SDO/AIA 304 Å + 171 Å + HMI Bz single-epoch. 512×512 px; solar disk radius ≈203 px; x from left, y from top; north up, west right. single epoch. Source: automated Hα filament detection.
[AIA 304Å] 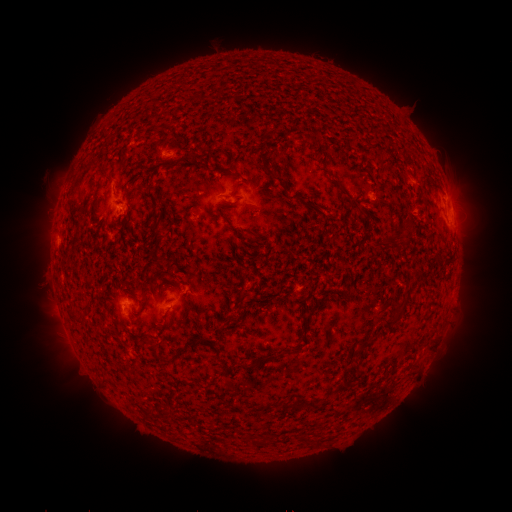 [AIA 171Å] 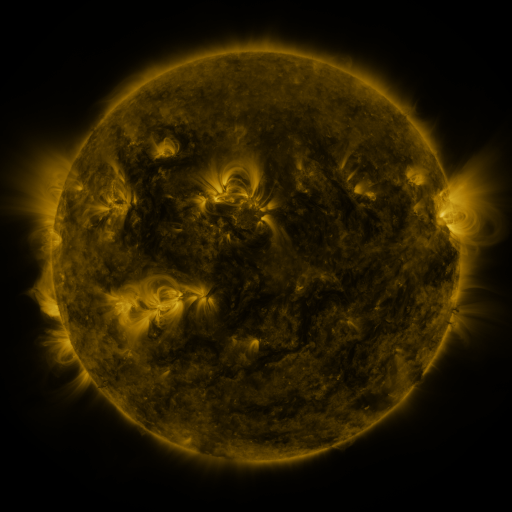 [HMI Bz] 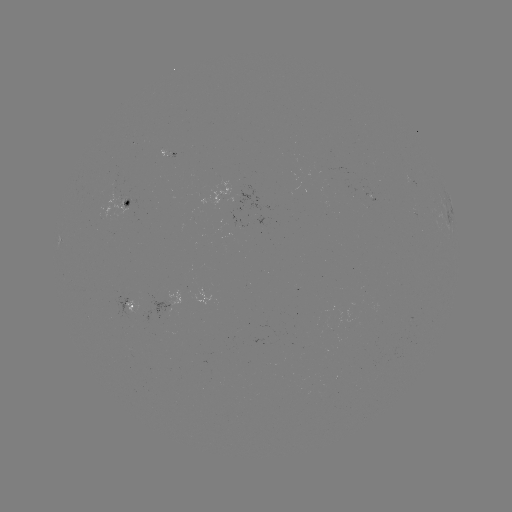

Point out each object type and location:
filament: (170, 159, 181, 167)
filament: (105, 174, 114, 182)
filament: (273, 176, 287, 187)
filament: (332, 180, 344, 190)
filament: (306, 204, 320, 213)
filament: (218, 210, 229, 221)
filament: (157, 254, 166, 261)
filament: (67, 306, 83, 323)
filament: (382, 307, 404, 329)
filament: (357, 341, 372, 353)
filament: (156, 346, 186, 362)
filament: (266, 352, 276, 361)
filament: (100, 375, 112, 382)
filament: (335, 381, 348, 395)
filament: (301, 398, 315, 408)
filament: (288, 399, 299, 412)
filament: (160, 408, 170, 417)
